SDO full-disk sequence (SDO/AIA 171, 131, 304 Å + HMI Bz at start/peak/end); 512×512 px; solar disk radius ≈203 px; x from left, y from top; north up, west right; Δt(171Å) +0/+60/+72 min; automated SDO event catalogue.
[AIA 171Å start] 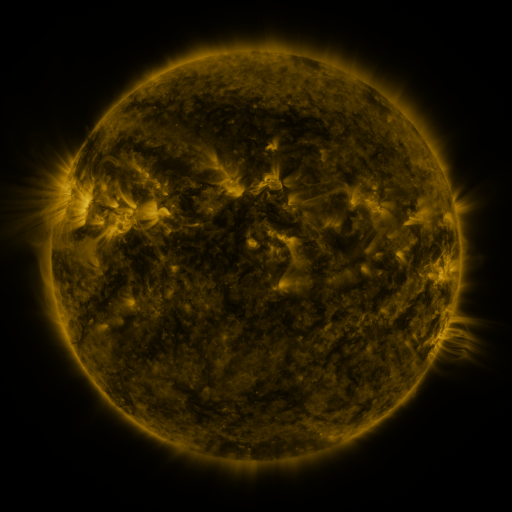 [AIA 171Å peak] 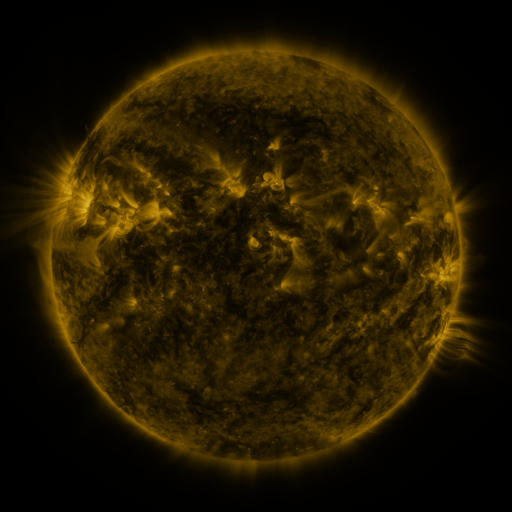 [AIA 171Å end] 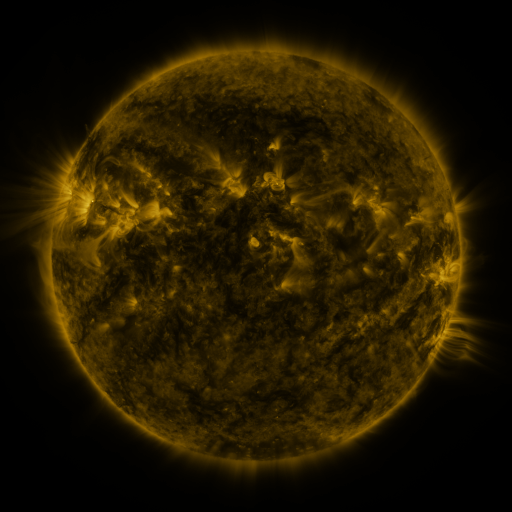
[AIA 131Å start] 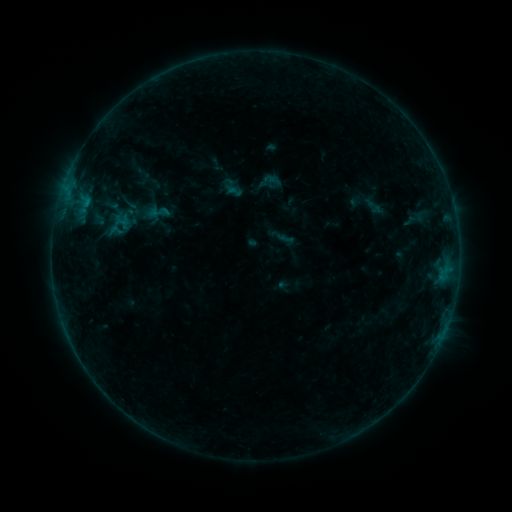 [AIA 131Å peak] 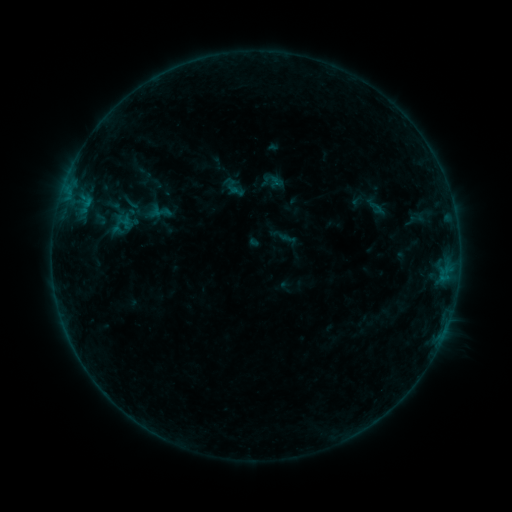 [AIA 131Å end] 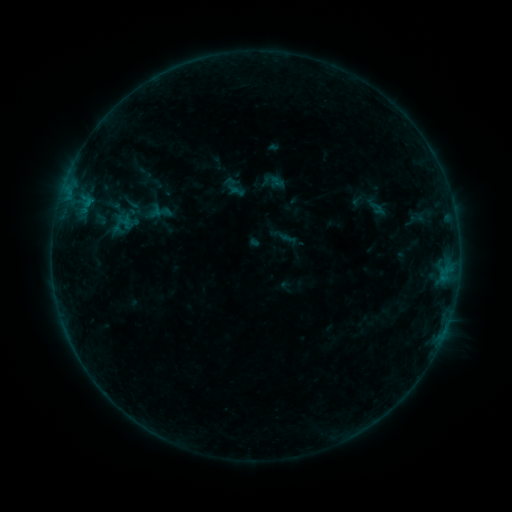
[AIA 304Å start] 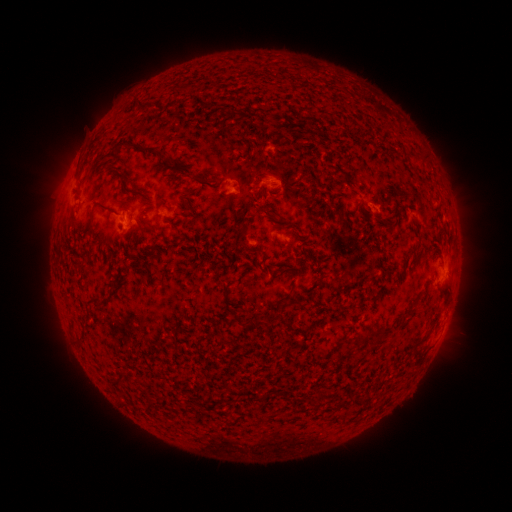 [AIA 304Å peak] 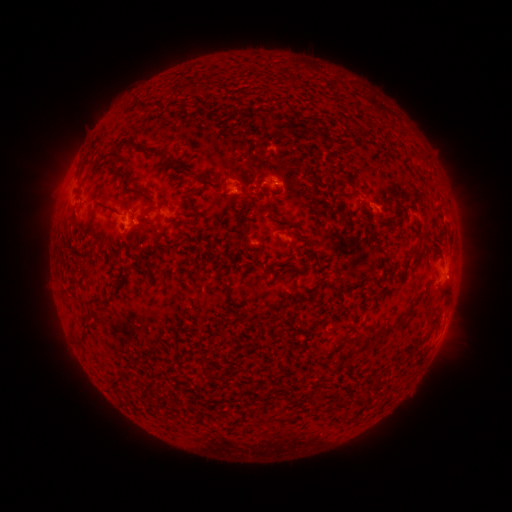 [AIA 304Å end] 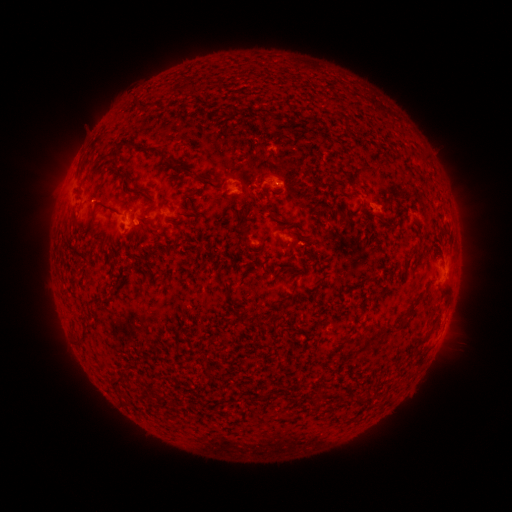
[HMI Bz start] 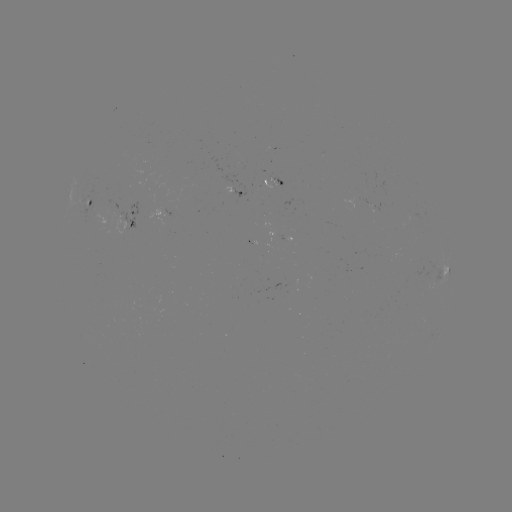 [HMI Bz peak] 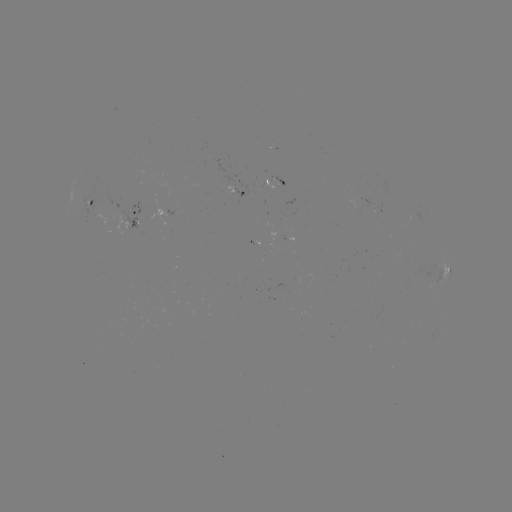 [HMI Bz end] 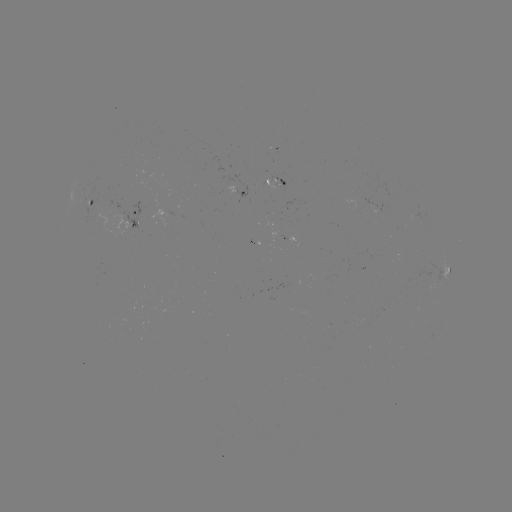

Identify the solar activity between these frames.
emerging-flux region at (274, 185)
